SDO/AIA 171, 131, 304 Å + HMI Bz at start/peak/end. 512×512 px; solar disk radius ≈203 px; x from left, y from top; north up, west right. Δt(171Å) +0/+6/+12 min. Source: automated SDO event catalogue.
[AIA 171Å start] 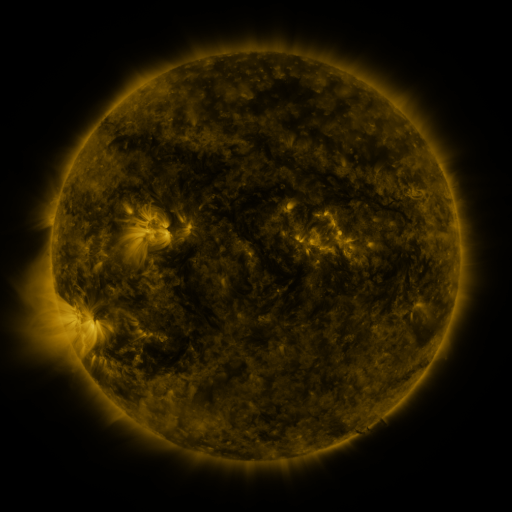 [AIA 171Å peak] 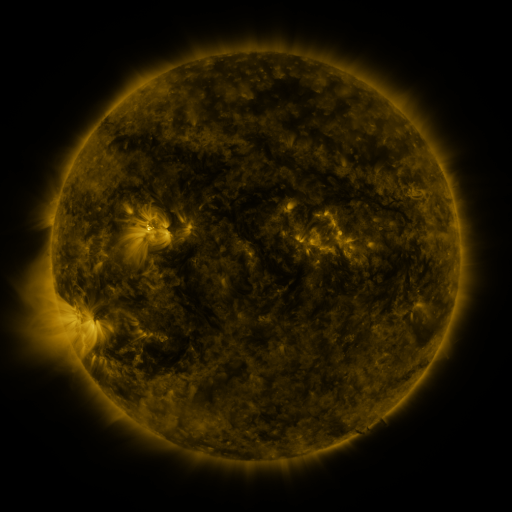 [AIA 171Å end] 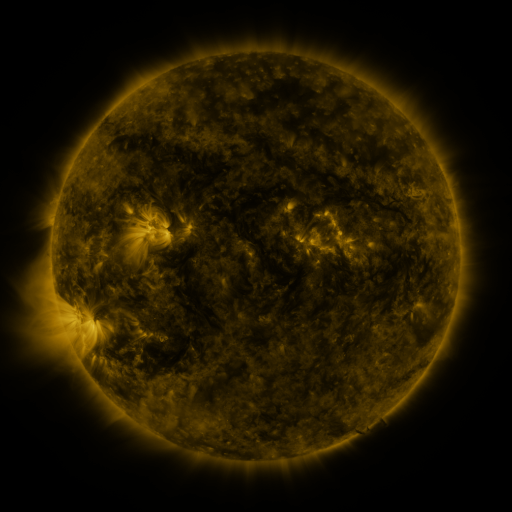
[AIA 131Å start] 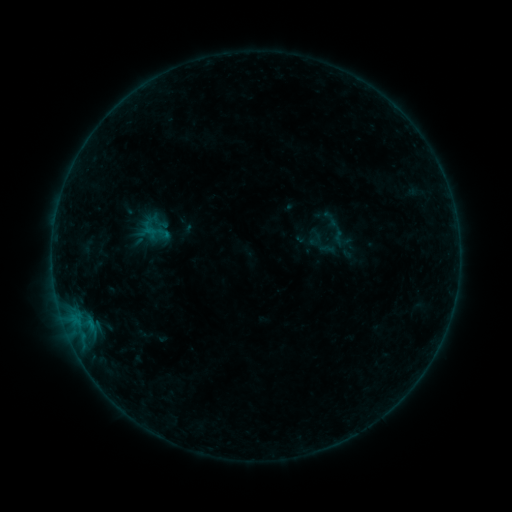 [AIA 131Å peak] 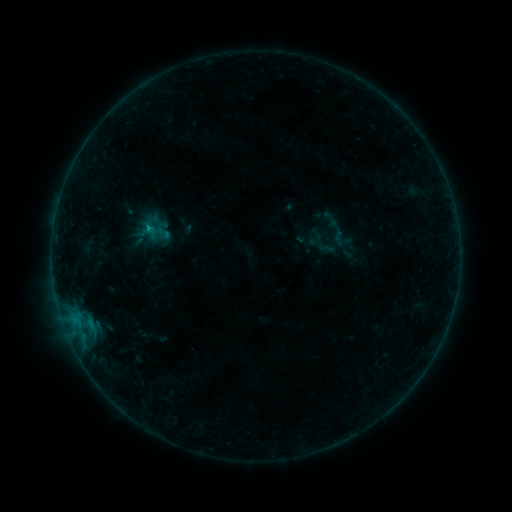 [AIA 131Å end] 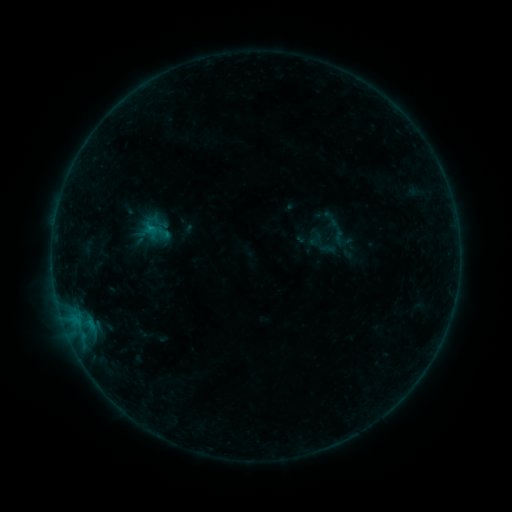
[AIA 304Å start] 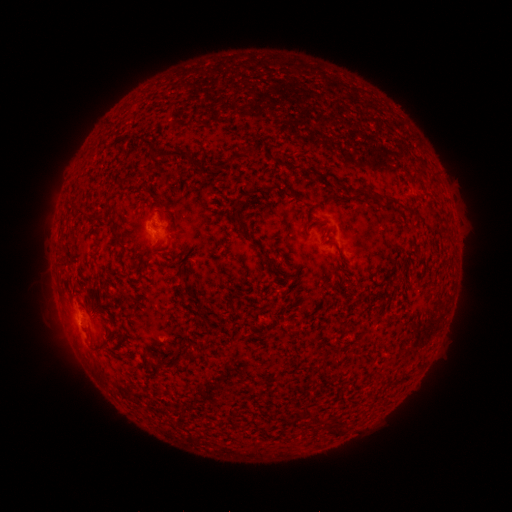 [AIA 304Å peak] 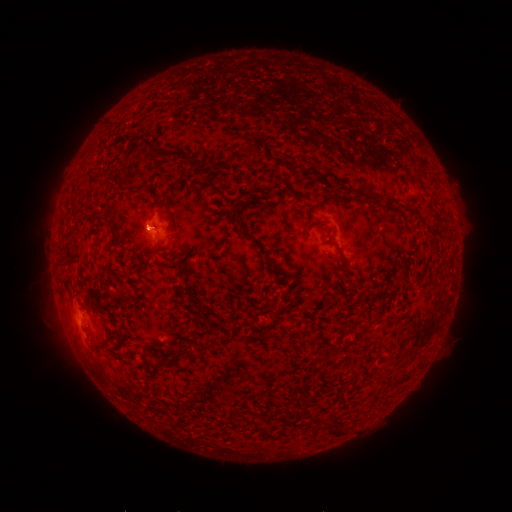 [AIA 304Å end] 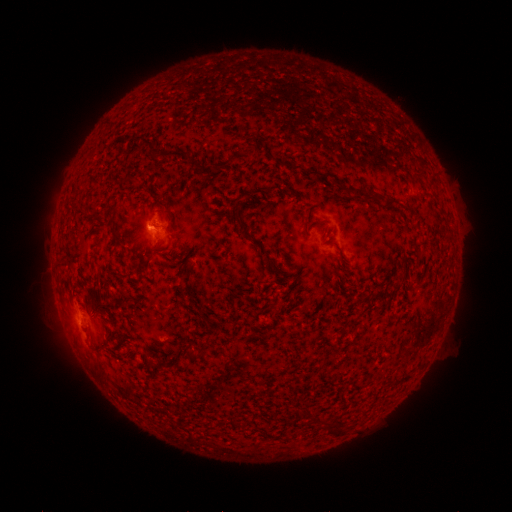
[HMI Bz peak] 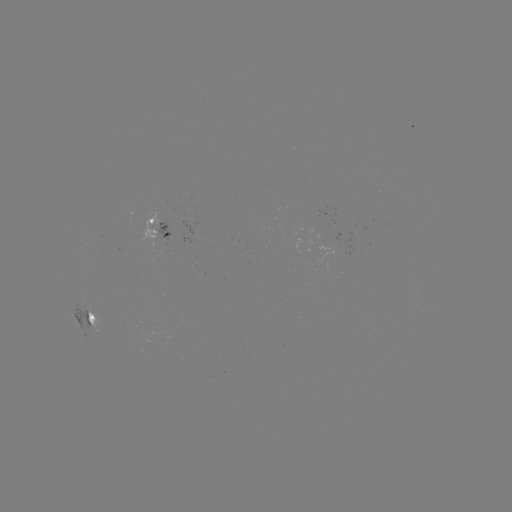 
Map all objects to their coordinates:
B5.6 flare: (150, 229)
